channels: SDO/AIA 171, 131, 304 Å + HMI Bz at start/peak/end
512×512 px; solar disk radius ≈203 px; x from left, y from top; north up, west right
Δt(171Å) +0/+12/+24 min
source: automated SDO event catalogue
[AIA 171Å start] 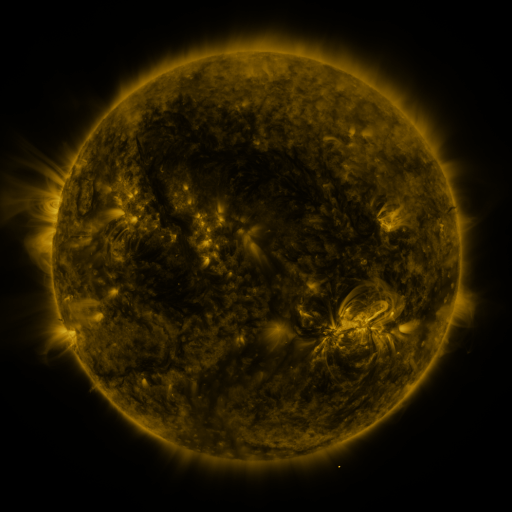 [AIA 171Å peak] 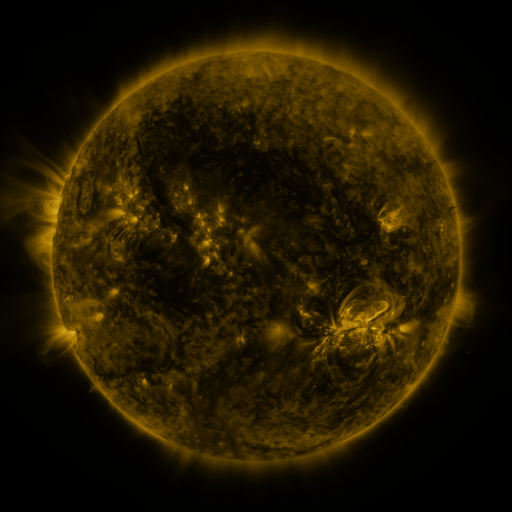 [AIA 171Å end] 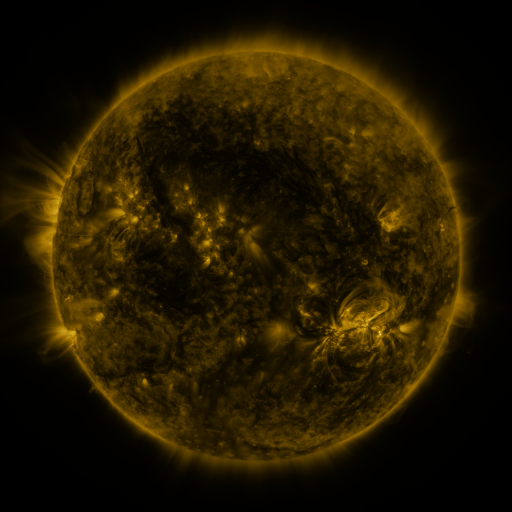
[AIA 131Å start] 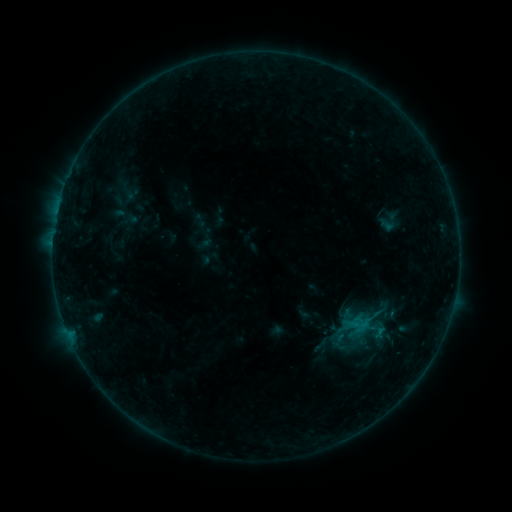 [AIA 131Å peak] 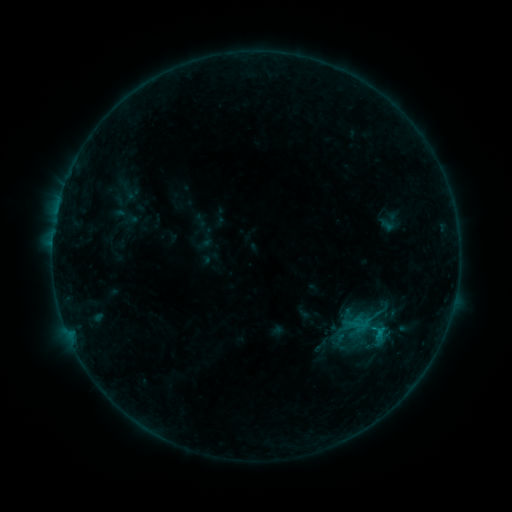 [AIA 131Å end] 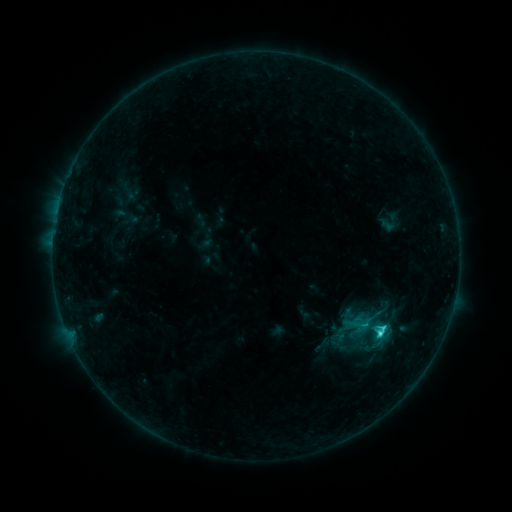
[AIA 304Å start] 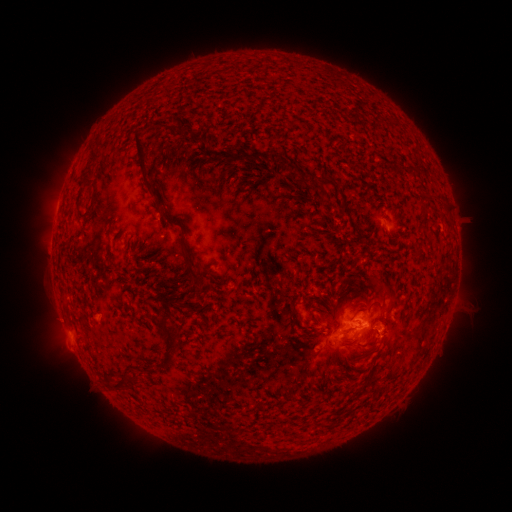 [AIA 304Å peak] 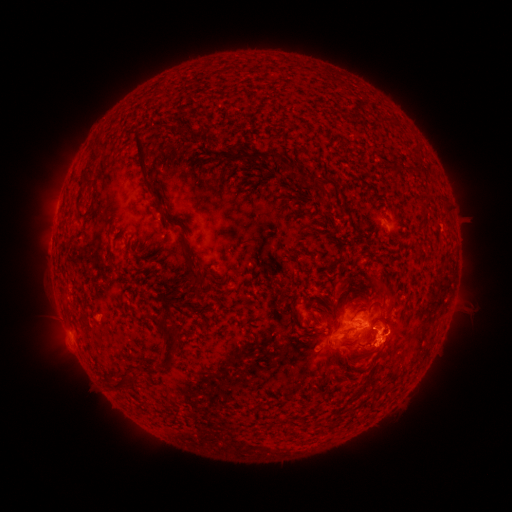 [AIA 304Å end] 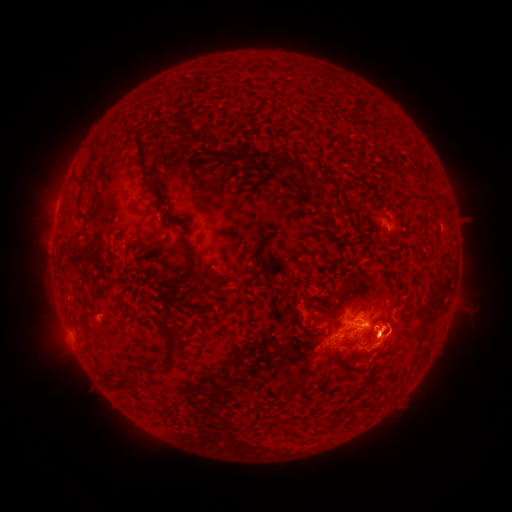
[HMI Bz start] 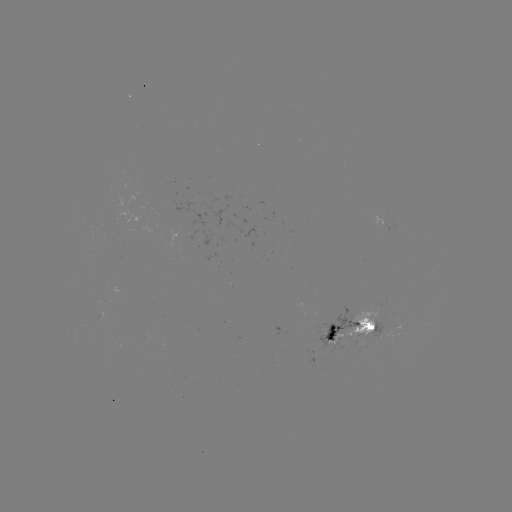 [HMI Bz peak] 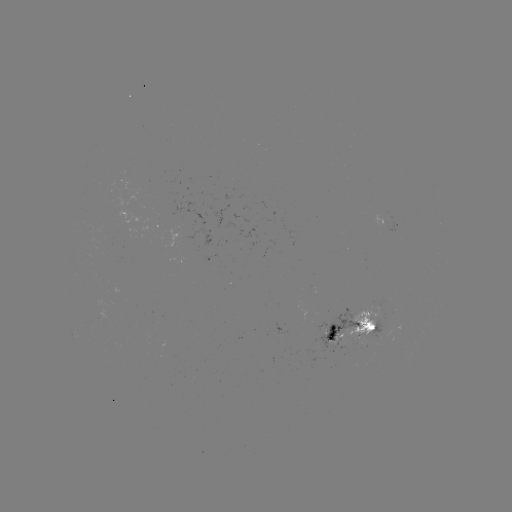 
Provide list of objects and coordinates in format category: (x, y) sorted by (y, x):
eruption: (386, 345)
